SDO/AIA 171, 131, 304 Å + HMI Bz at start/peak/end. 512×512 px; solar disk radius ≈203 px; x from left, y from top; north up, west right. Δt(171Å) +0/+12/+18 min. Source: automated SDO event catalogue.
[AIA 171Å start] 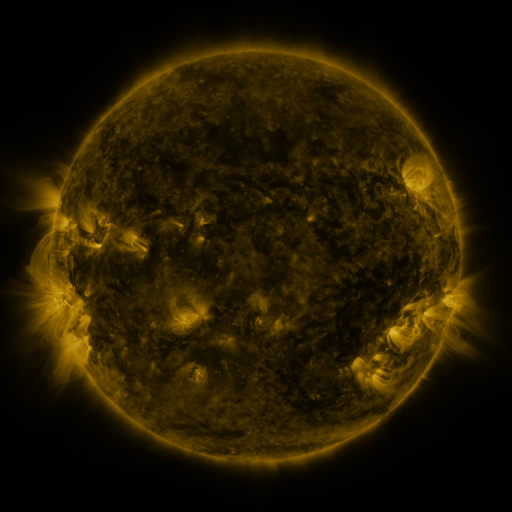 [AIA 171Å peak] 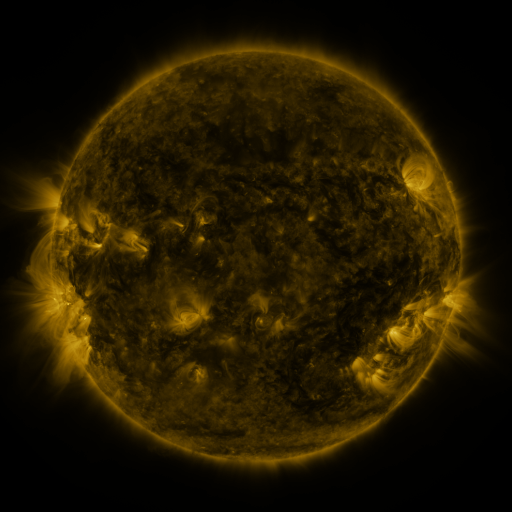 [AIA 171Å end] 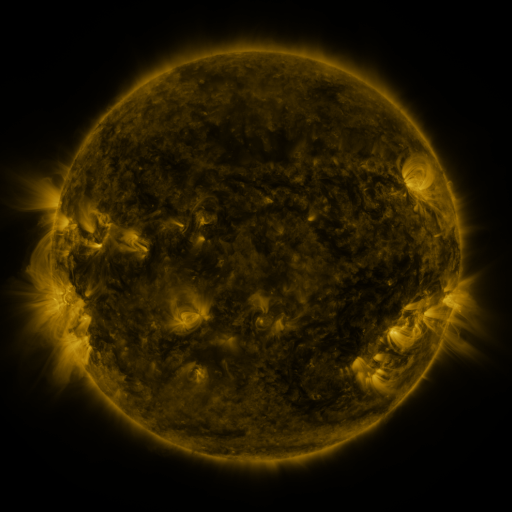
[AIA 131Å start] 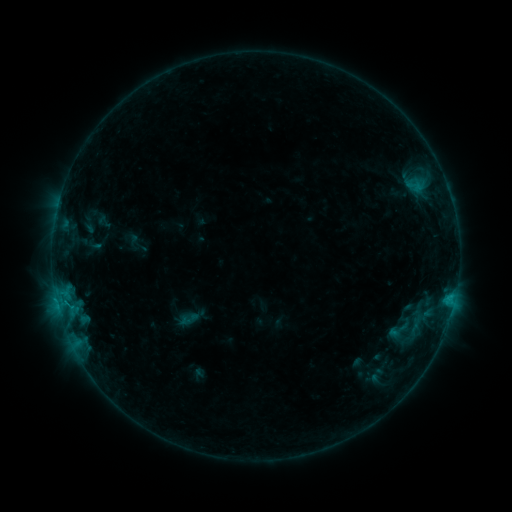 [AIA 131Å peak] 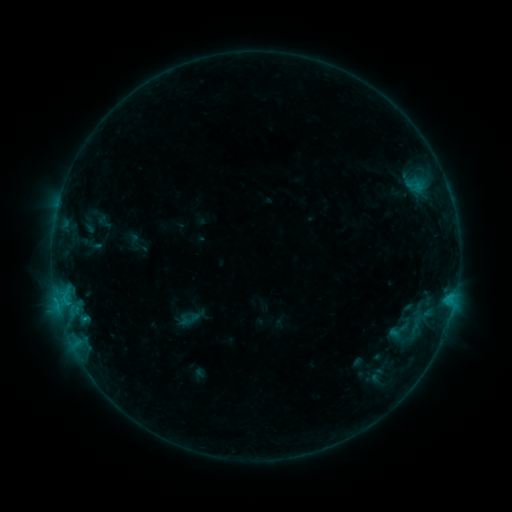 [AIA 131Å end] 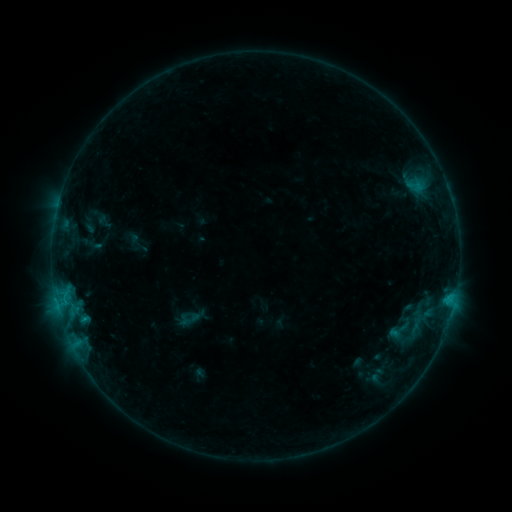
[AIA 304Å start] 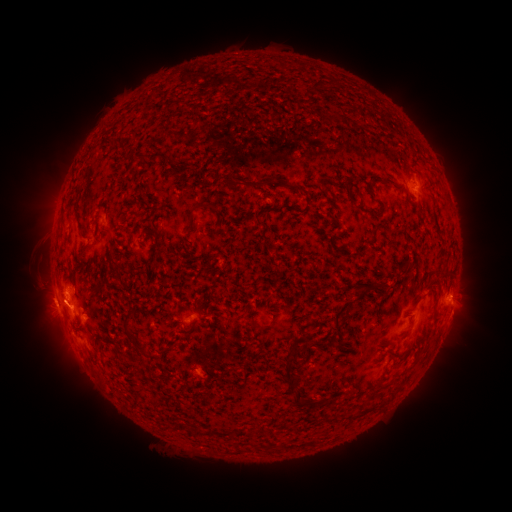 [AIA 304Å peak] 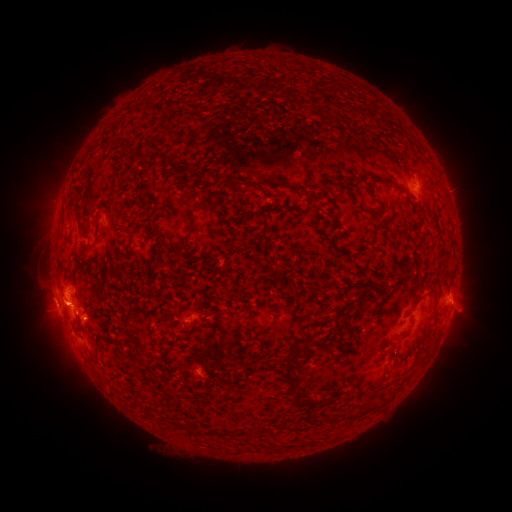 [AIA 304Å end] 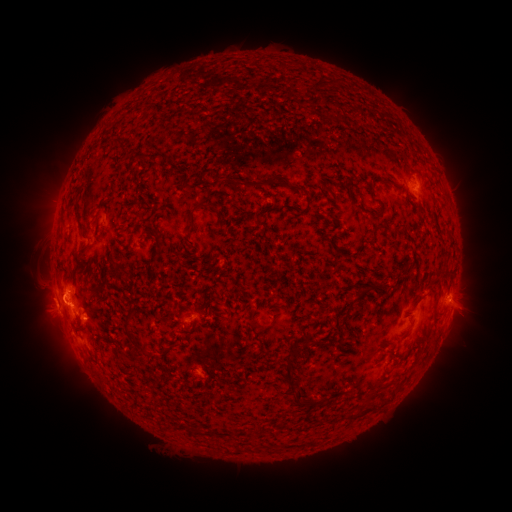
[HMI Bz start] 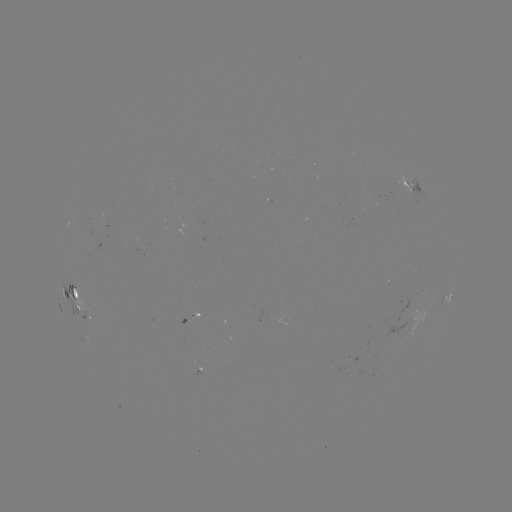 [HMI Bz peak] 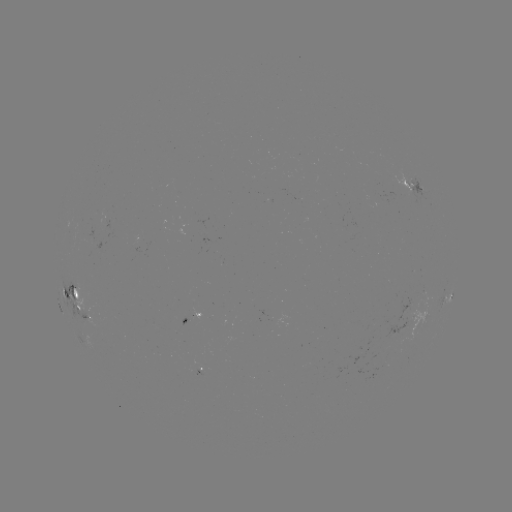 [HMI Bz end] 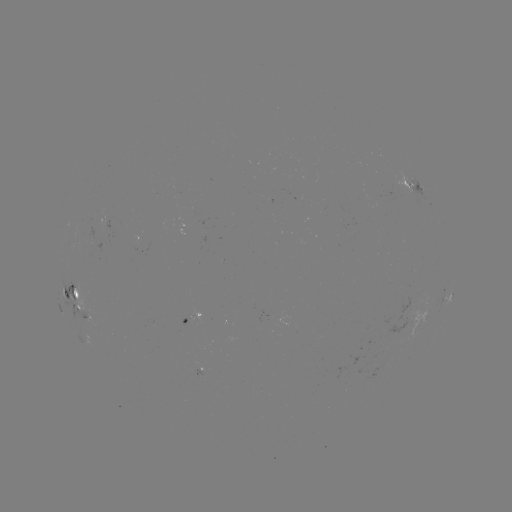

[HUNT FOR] B7.6 flare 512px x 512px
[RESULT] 86,317